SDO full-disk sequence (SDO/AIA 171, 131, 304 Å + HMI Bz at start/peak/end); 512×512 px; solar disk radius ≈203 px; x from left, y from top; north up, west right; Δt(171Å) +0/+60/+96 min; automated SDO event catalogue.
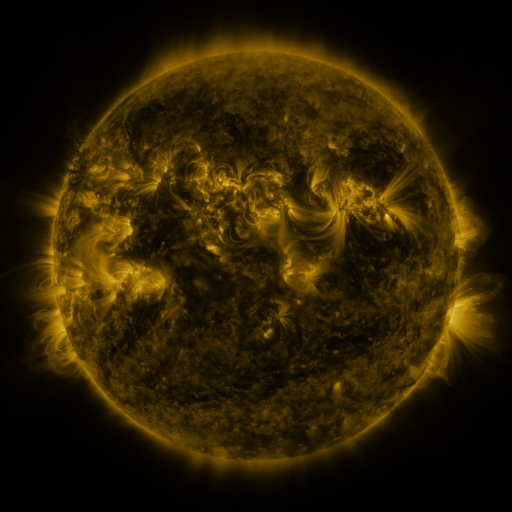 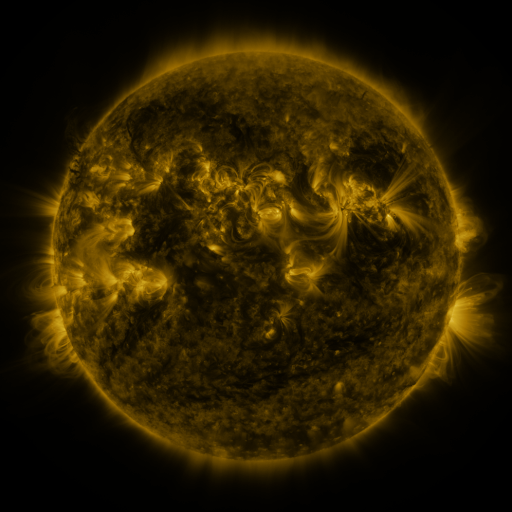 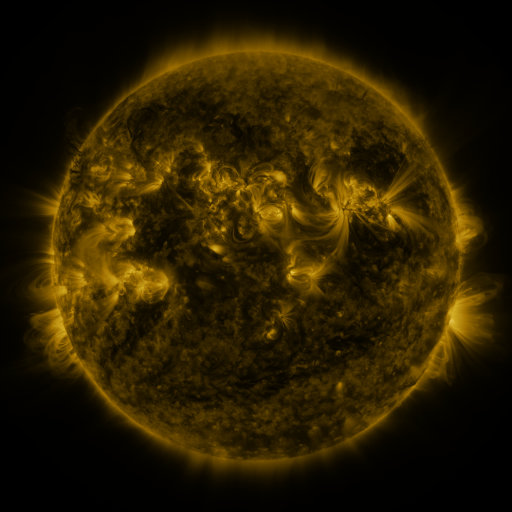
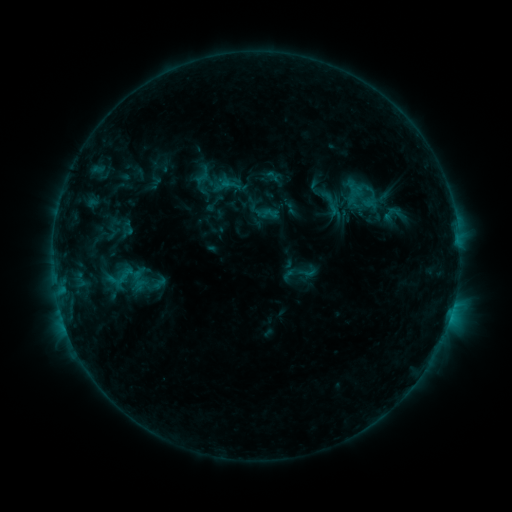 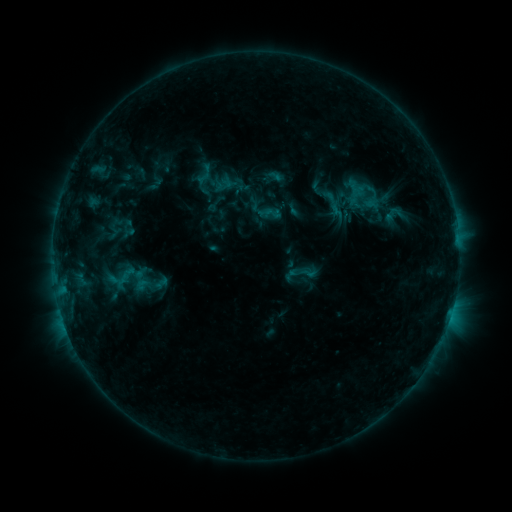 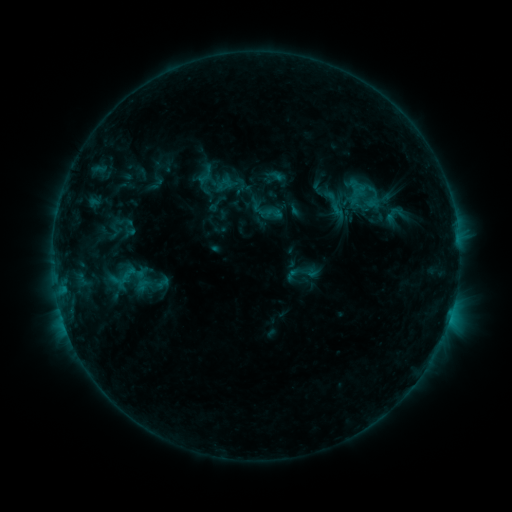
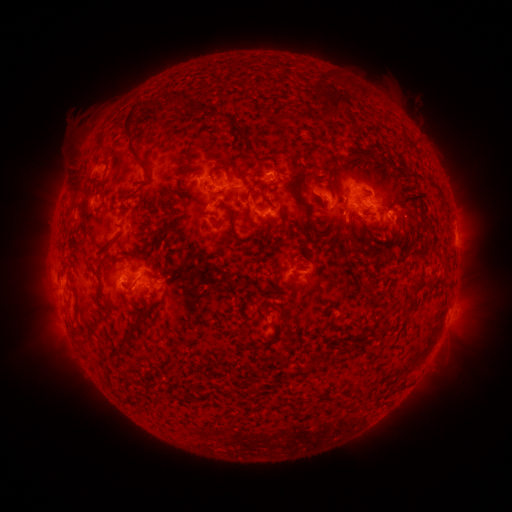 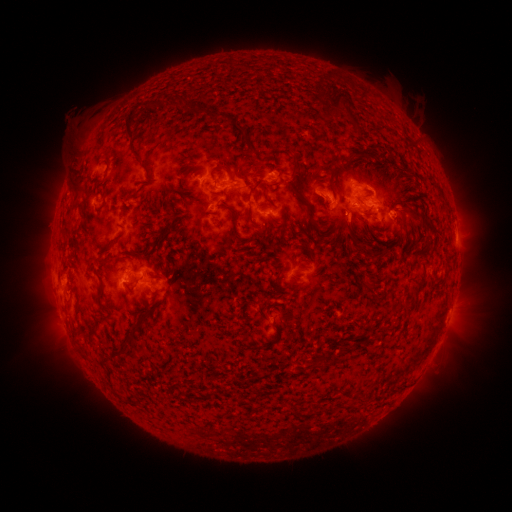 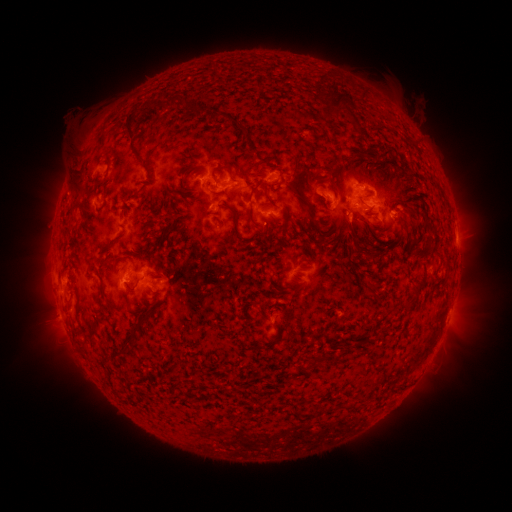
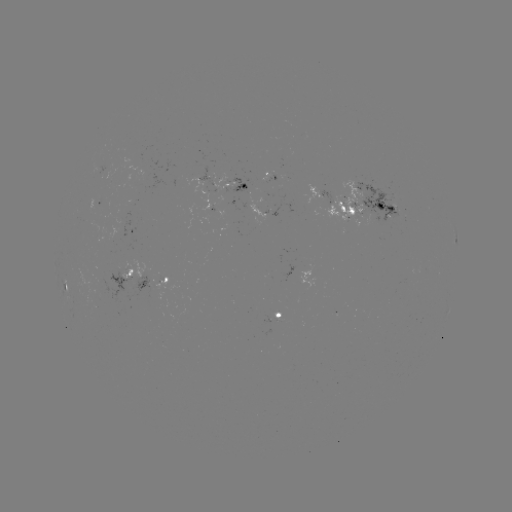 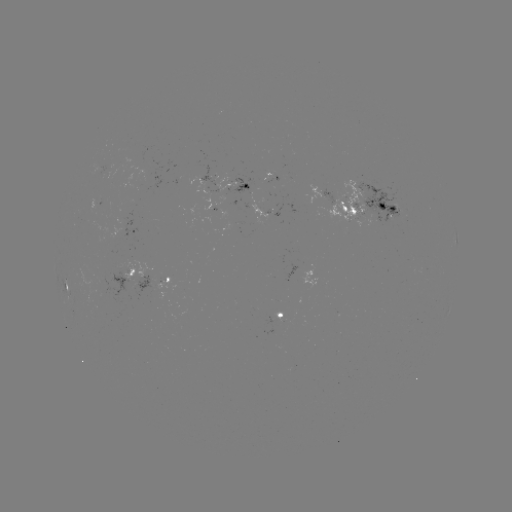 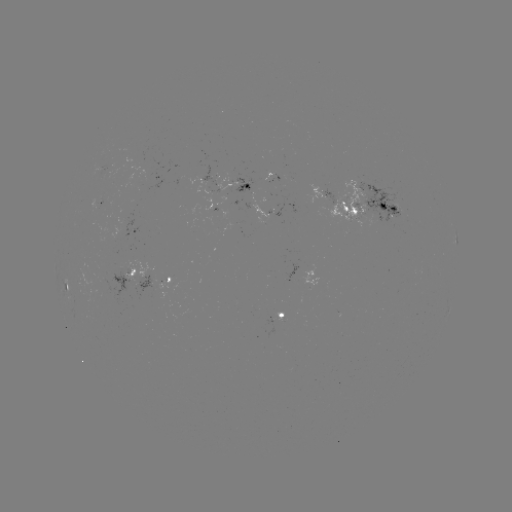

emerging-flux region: <bbox>352, 182, 406, 227</bbox>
